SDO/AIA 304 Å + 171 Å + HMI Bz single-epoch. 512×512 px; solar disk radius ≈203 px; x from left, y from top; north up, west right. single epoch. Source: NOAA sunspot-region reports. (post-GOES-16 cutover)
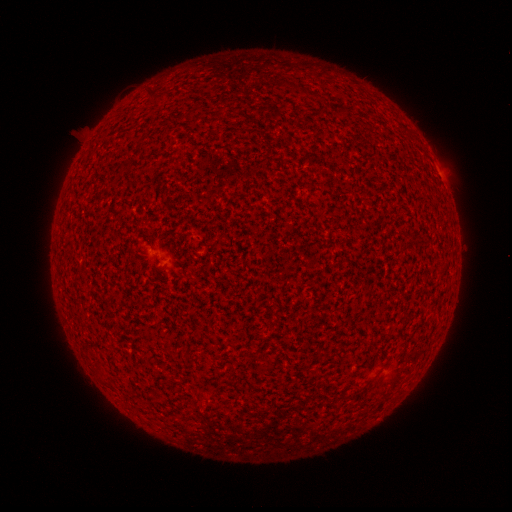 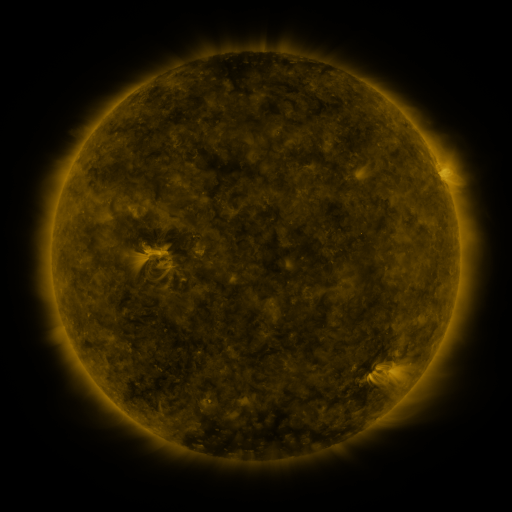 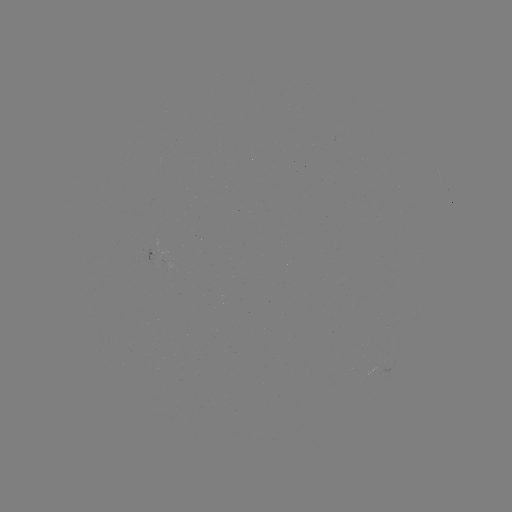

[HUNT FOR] spotted active region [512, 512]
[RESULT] [439, 173]